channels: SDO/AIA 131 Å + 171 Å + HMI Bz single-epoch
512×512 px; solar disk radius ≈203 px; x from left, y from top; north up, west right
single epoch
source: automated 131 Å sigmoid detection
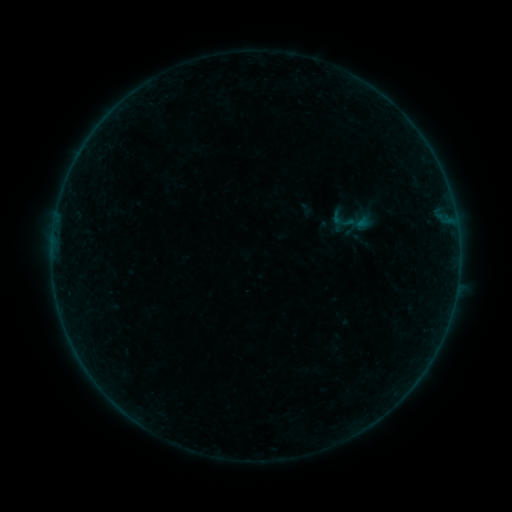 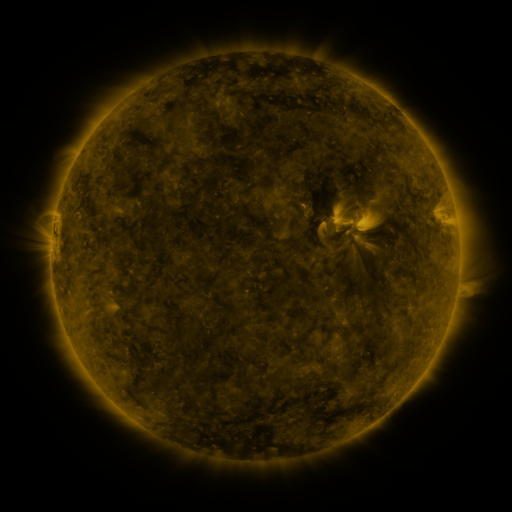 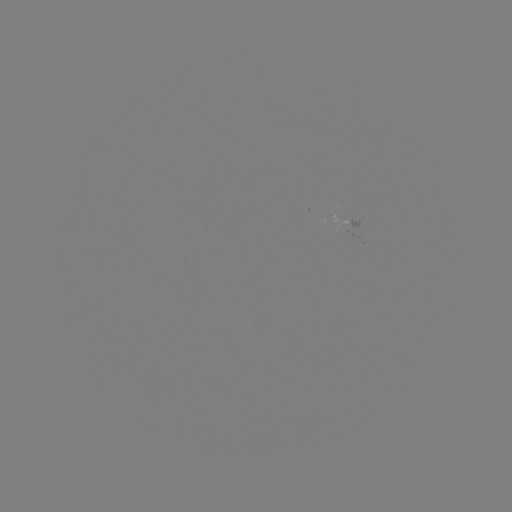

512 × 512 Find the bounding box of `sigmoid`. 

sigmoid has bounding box [297, 201, 316, 219].